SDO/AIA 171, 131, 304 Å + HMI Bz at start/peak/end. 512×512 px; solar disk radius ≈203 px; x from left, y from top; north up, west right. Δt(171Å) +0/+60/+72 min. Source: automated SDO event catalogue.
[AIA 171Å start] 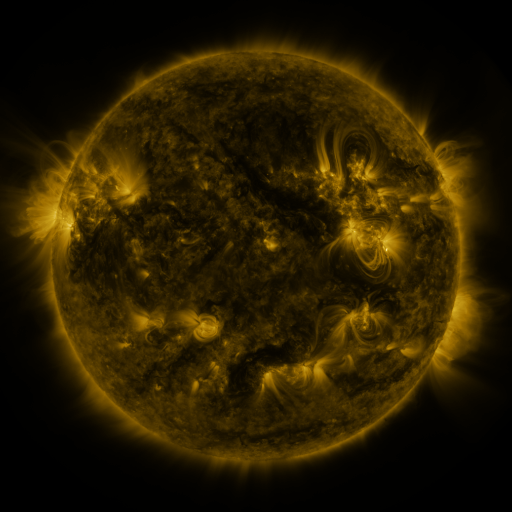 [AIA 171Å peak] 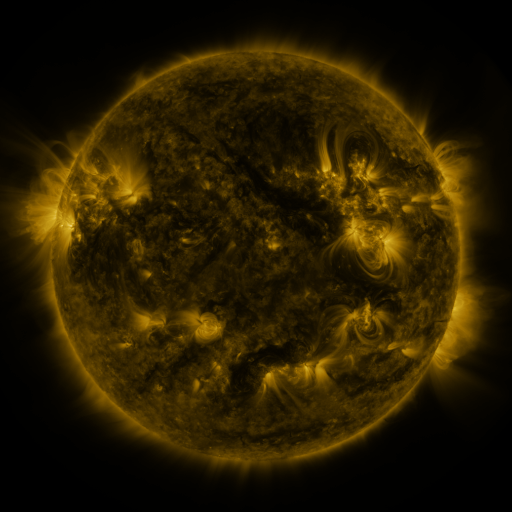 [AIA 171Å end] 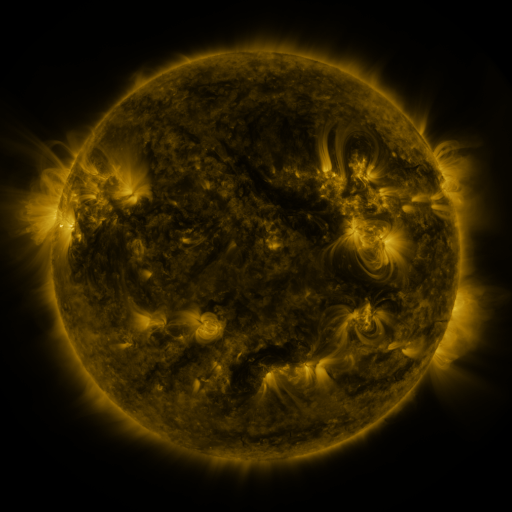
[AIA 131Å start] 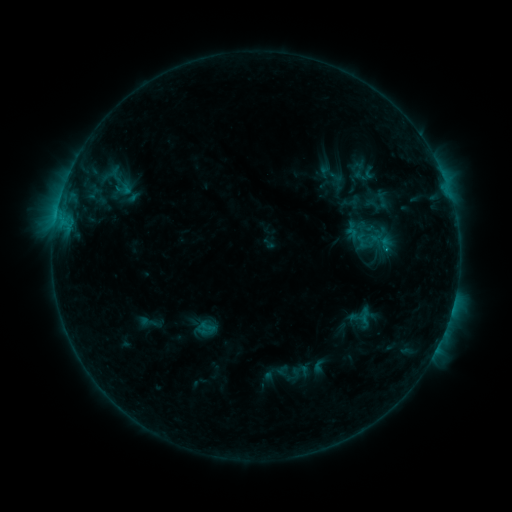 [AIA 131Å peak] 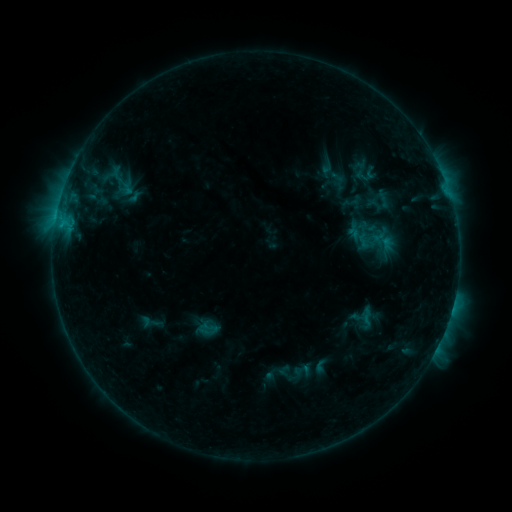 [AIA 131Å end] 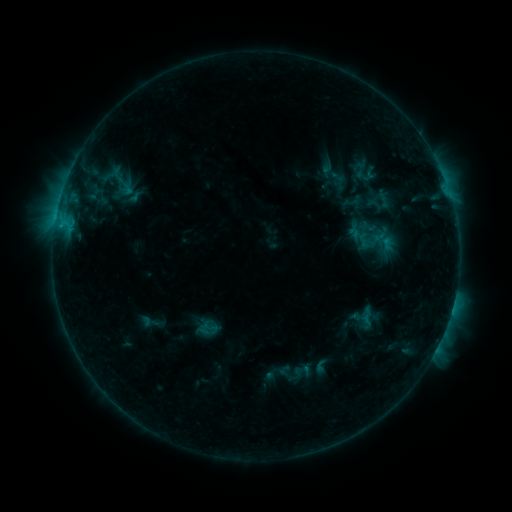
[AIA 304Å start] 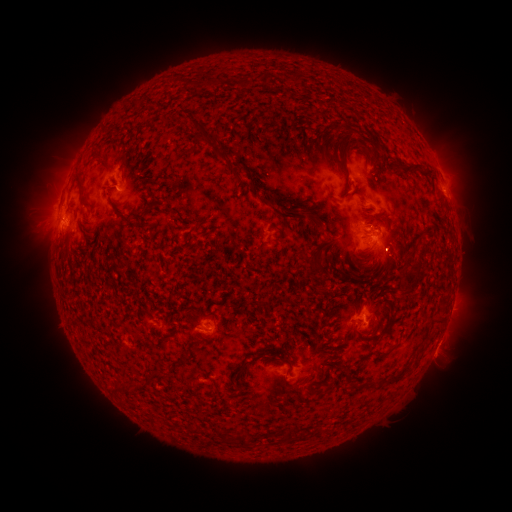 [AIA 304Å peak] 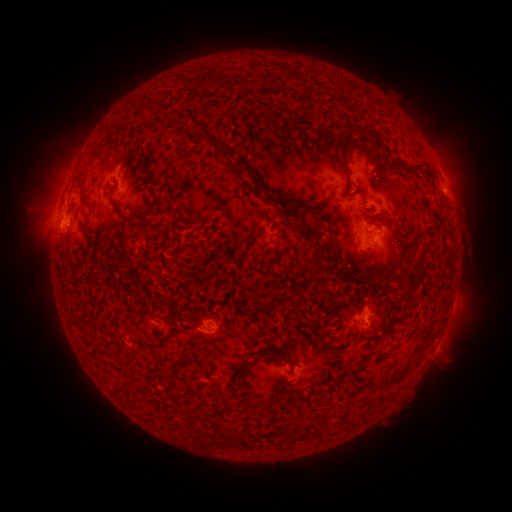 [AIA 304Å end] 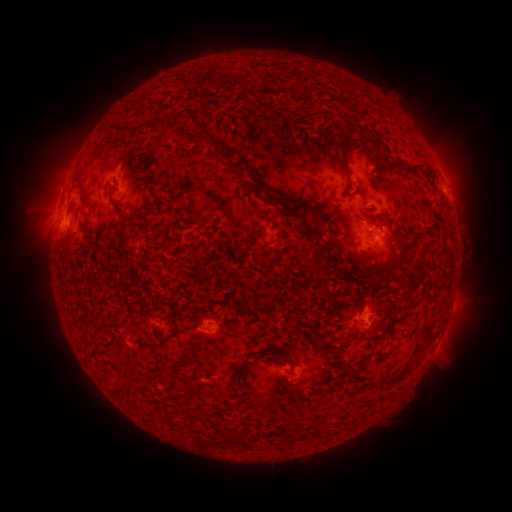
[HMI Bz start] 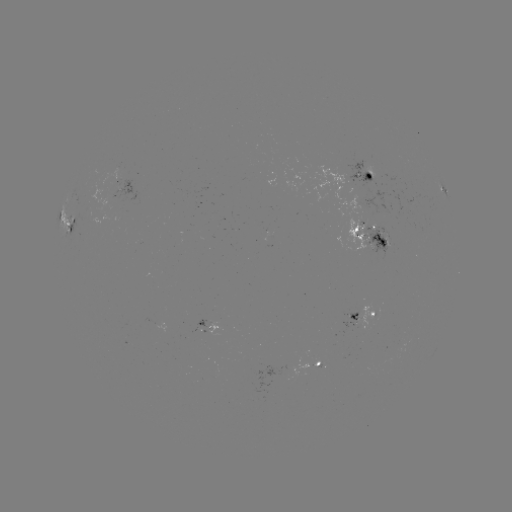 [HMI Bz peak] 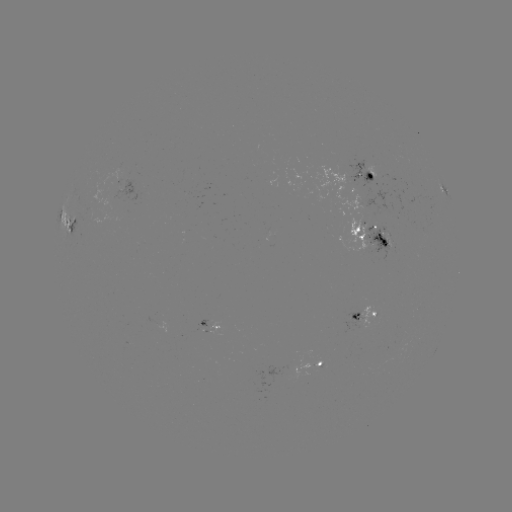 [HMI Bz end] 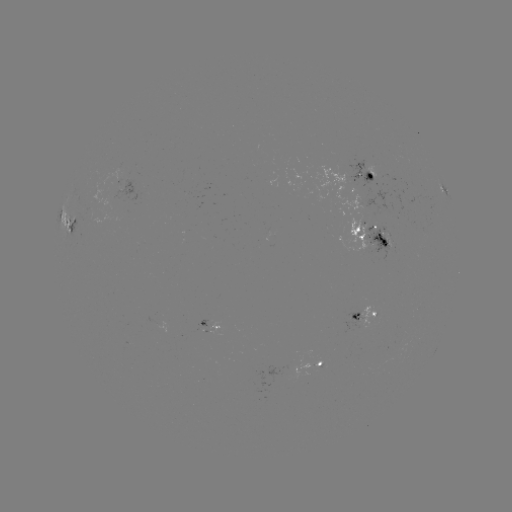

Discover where emerging-flux region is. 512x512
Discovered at (127, 346).